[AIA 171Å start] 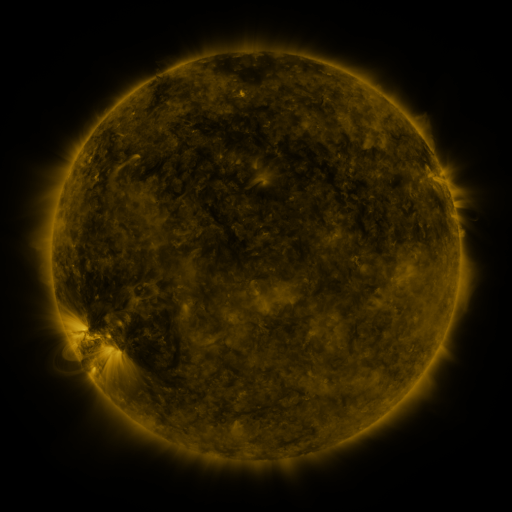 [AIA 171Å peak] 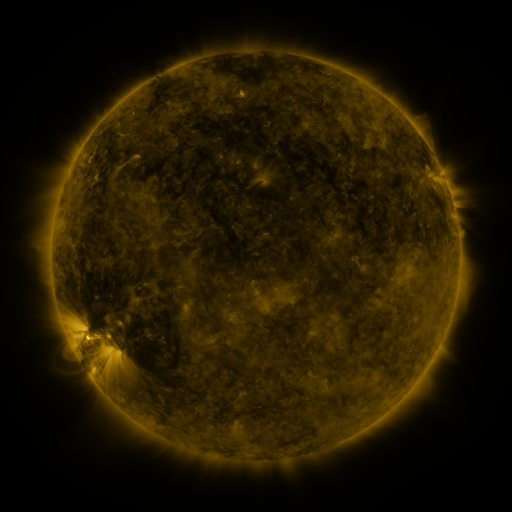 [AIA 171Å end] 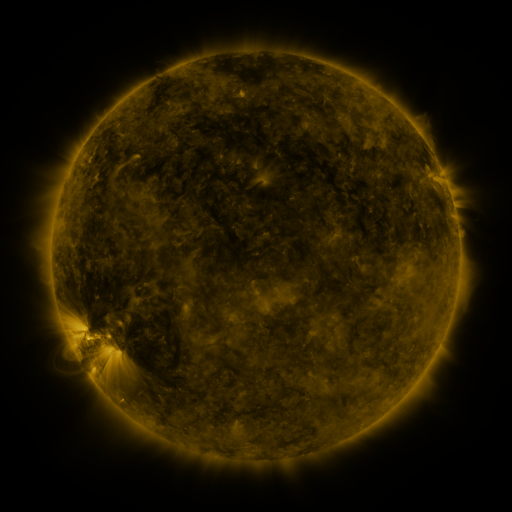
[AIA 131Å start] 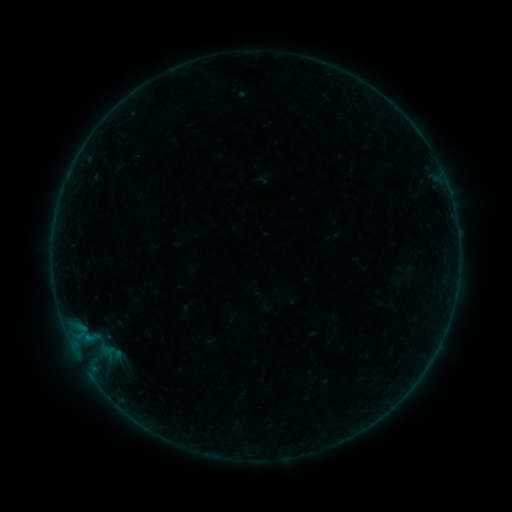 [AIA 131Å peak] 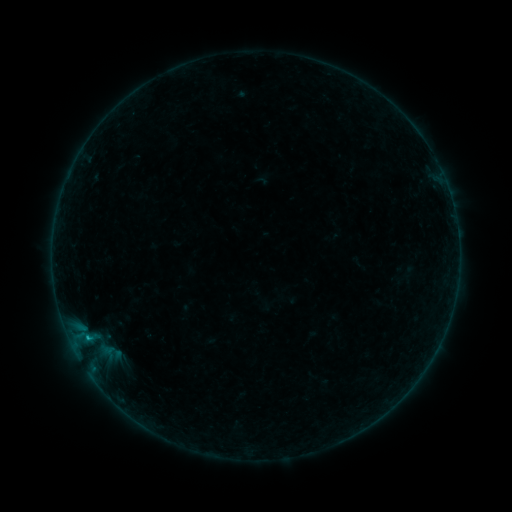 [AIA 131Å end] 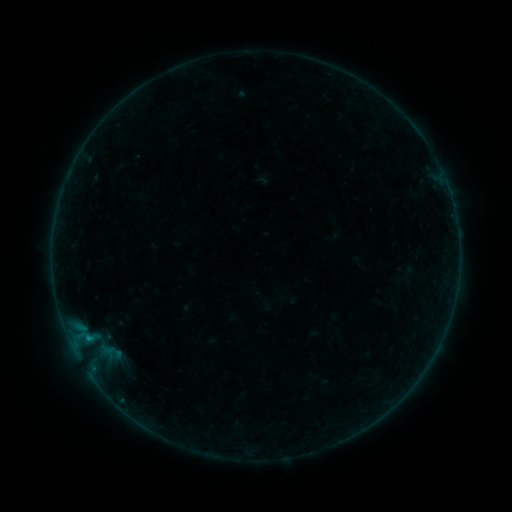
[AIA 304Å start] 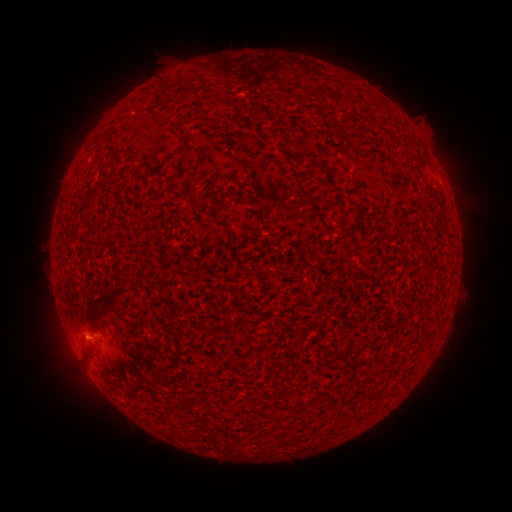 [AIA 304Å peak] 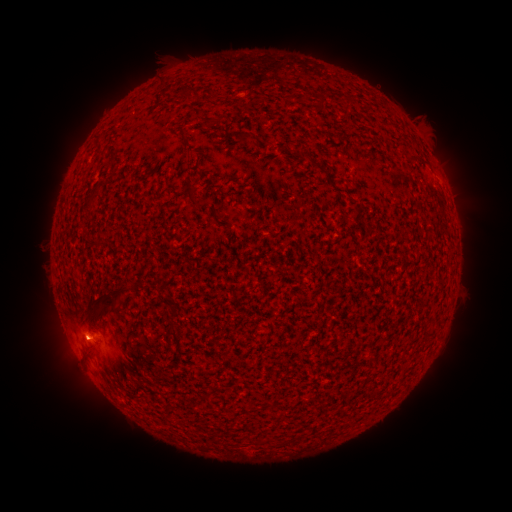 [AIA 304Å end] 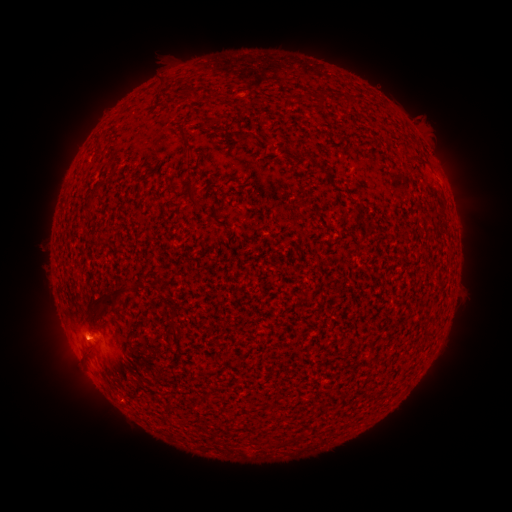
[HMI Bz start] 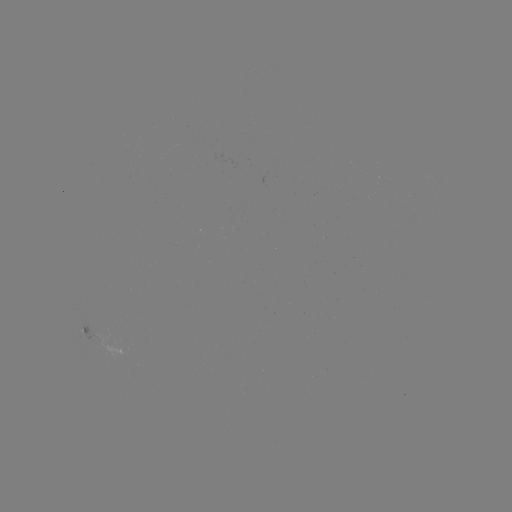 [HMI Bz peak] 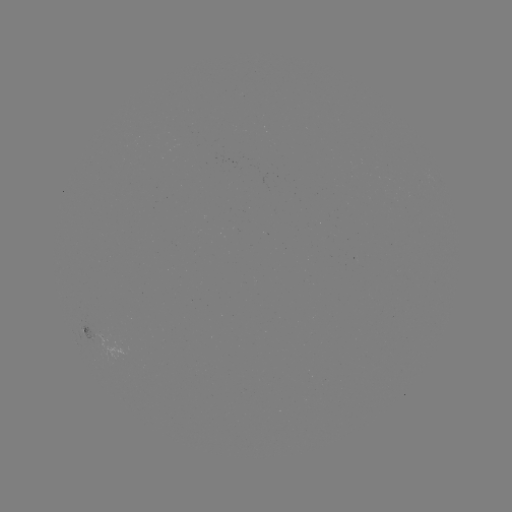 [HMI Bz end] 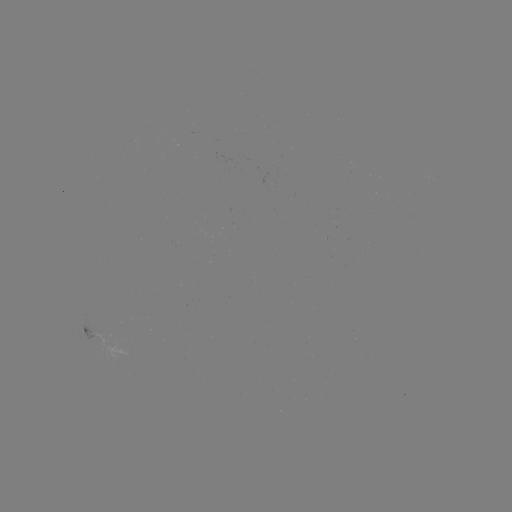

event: flare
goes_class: B2.3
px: (88, 338)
